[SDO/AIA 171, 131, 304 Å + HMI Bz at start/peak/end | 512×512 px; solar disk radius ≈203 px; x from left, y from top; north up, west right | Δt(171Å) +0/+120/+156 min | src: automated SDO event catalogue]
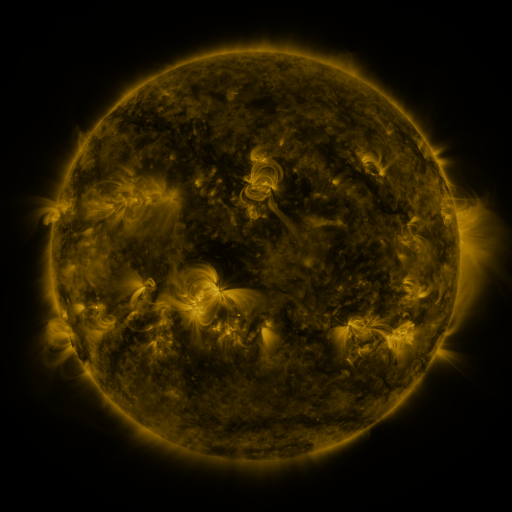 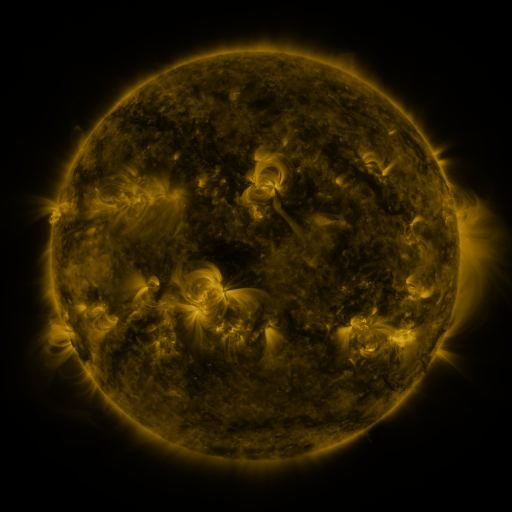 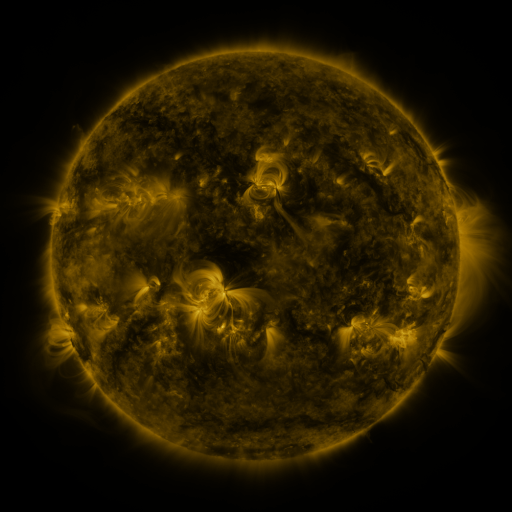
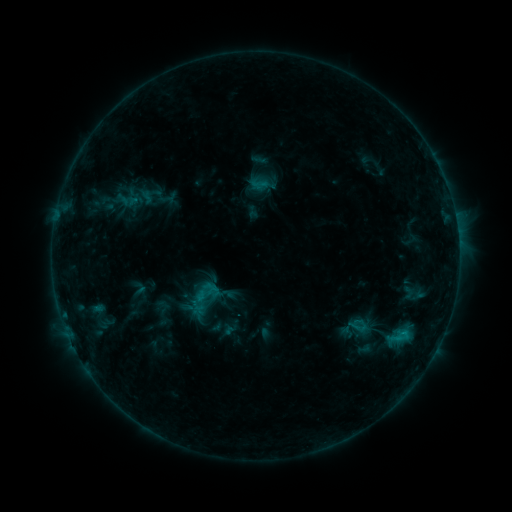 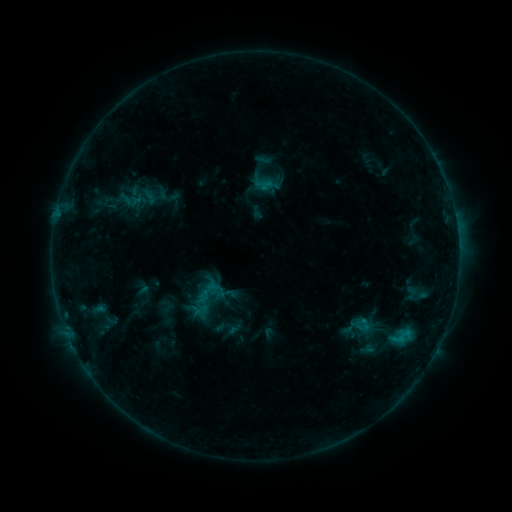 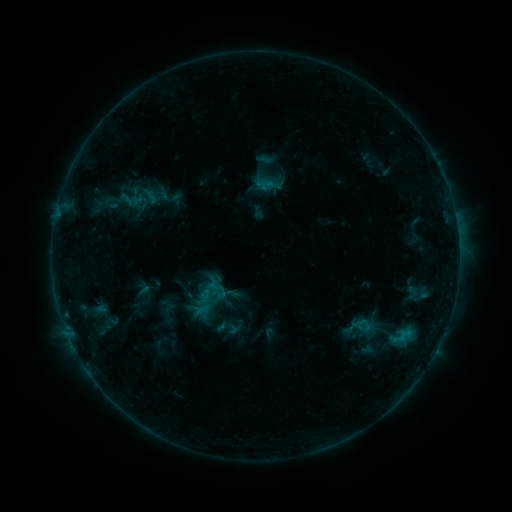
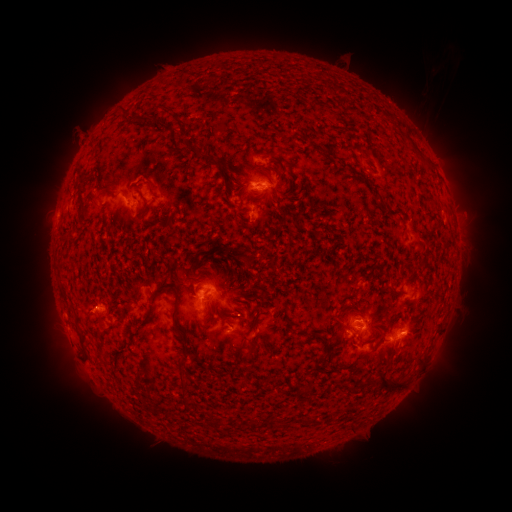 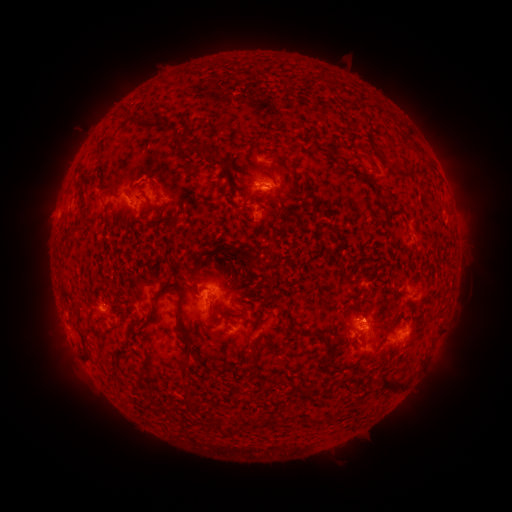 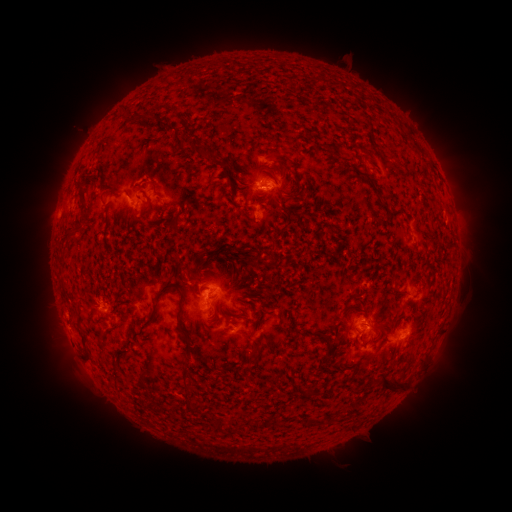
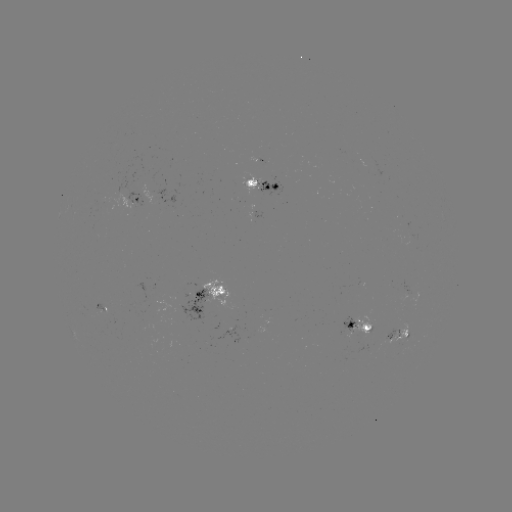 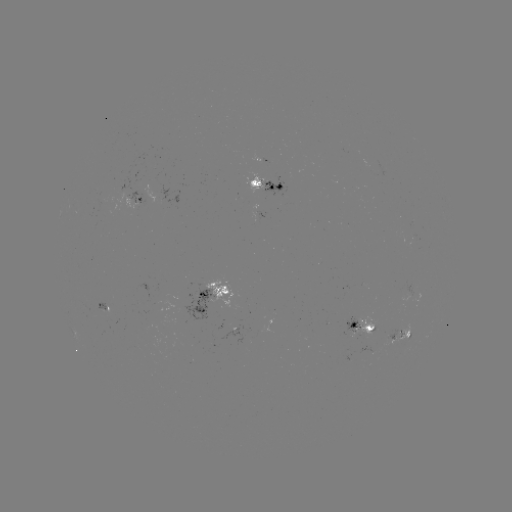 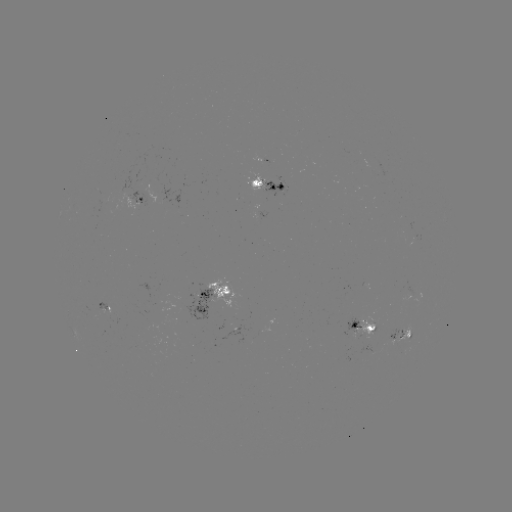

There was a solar emerging-flux region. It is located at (354, 329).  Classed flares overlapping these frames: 1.